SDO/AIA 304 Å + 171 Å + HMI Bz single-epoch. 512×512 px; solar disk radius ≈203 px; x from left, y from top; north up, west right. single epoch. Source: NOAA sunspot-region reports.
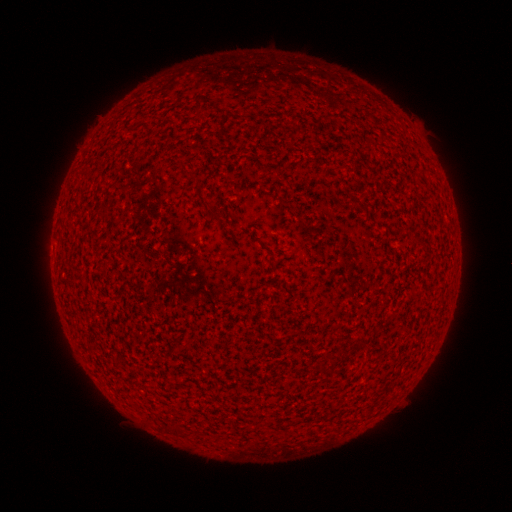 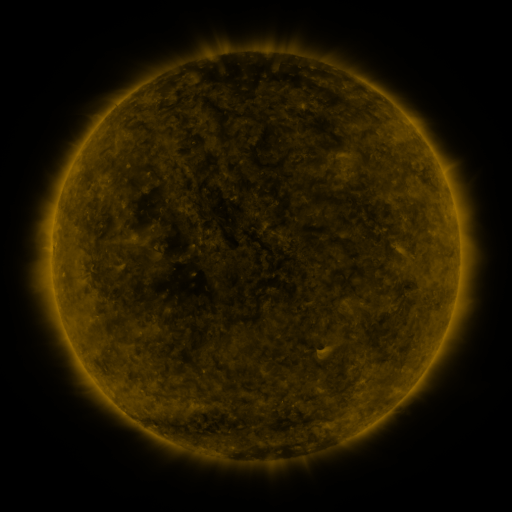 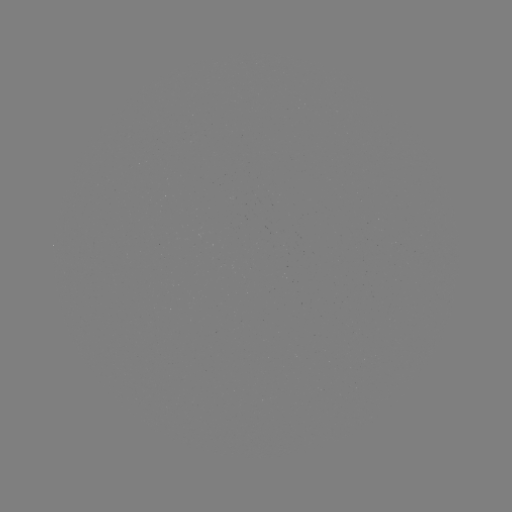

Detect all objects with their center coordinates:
(none)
